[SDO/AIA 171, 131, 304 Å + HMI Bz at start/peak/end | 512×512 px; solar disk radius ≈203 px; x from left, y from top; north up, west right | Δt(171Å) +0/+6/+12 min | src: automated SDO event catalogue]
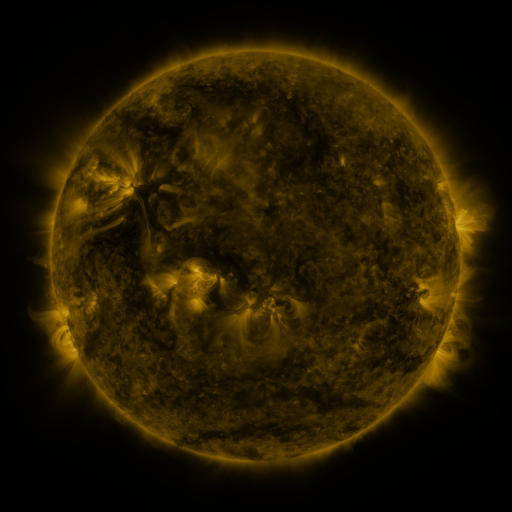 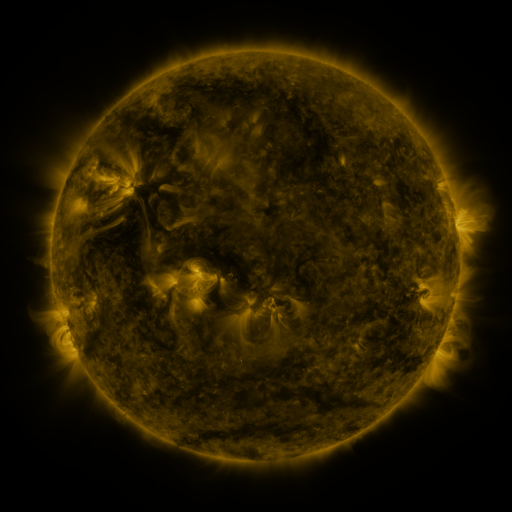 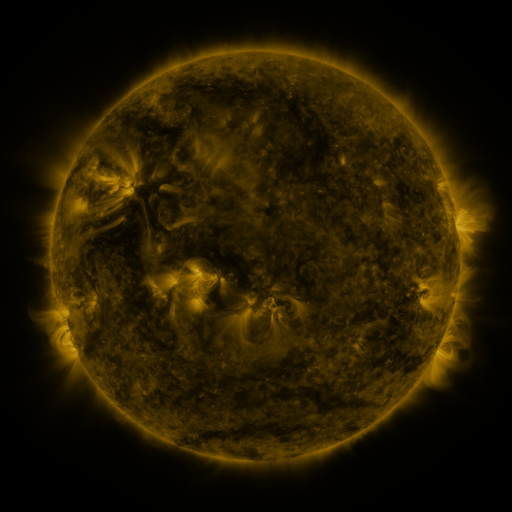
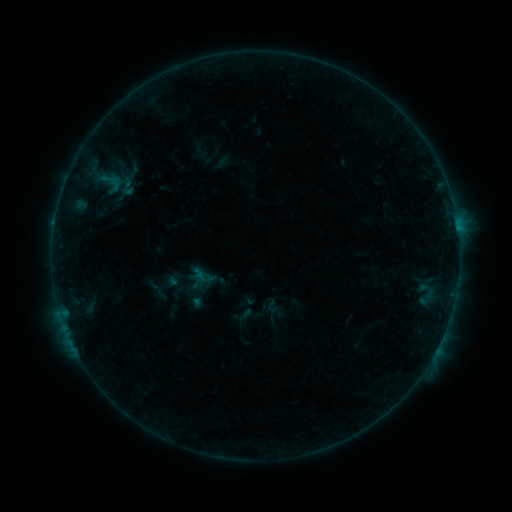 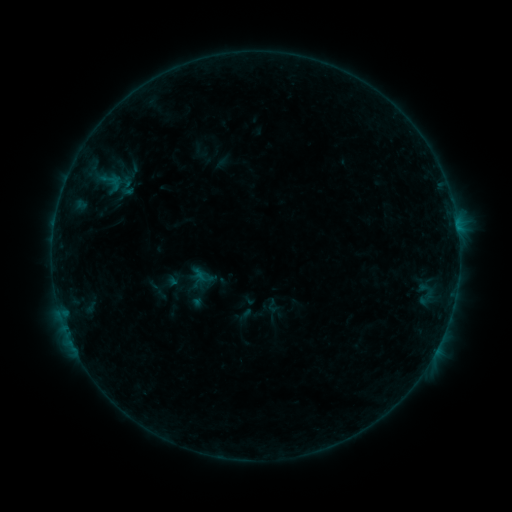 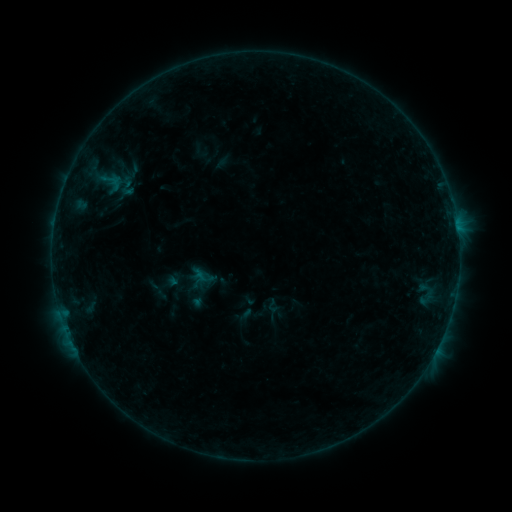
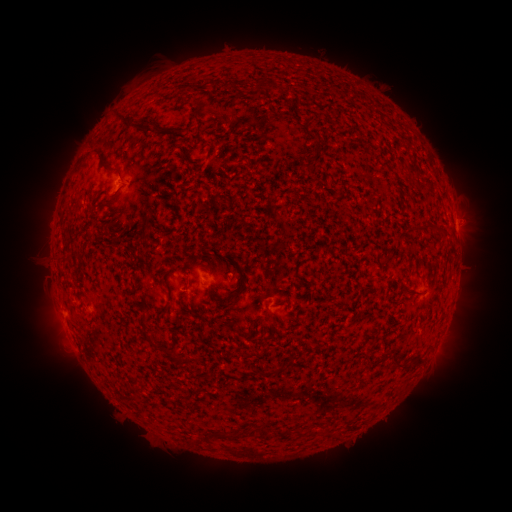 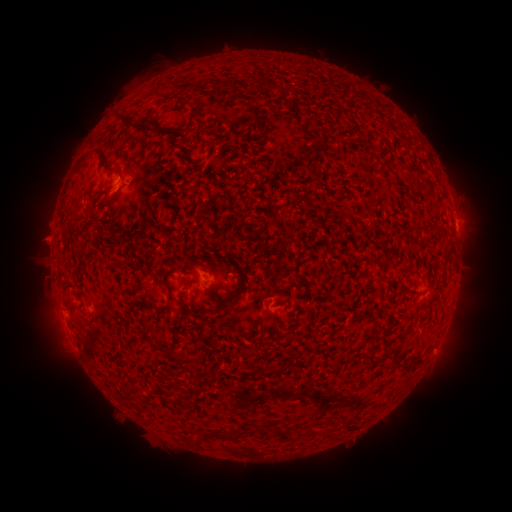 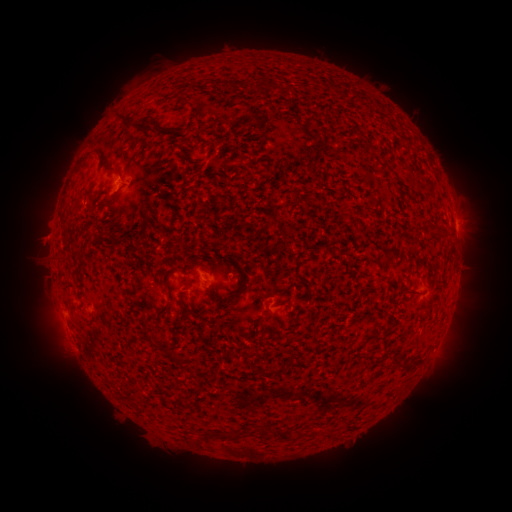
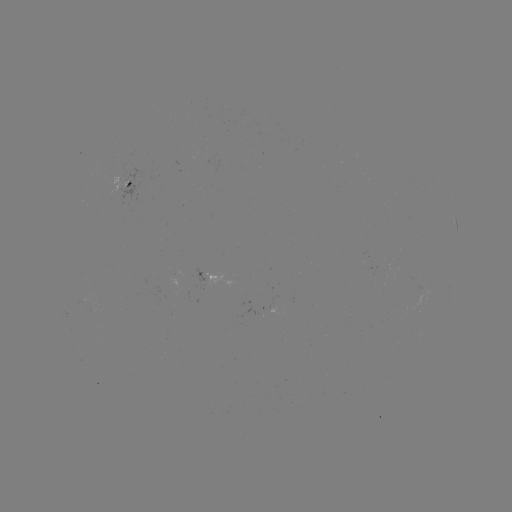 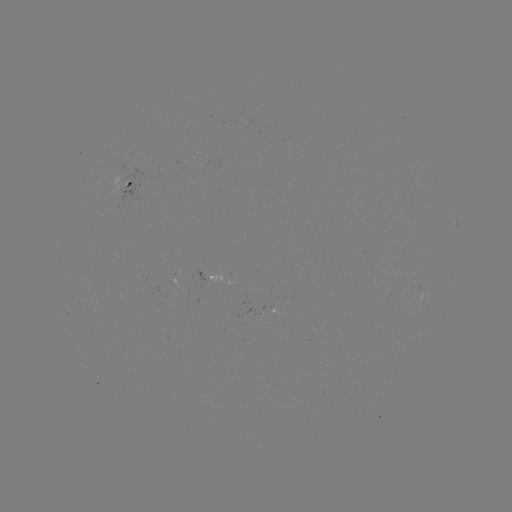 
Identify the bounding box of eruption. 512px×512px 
[18, 214, 68, 262].